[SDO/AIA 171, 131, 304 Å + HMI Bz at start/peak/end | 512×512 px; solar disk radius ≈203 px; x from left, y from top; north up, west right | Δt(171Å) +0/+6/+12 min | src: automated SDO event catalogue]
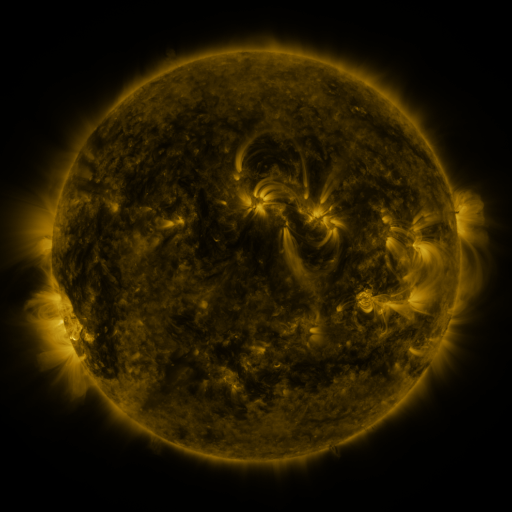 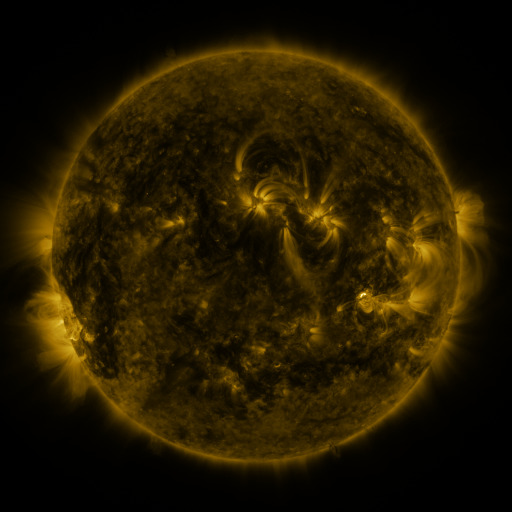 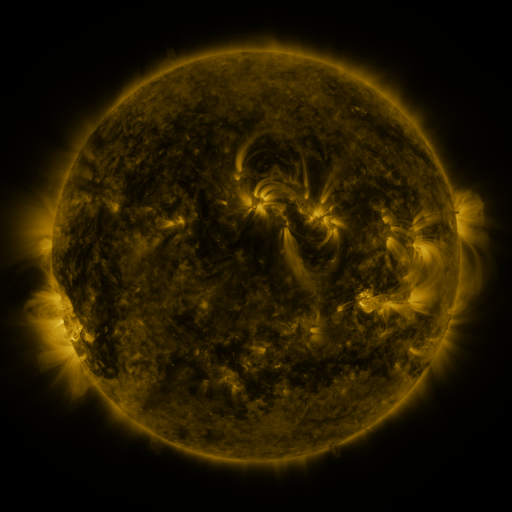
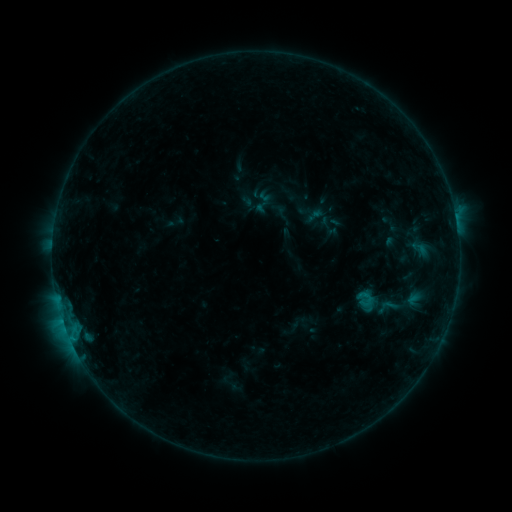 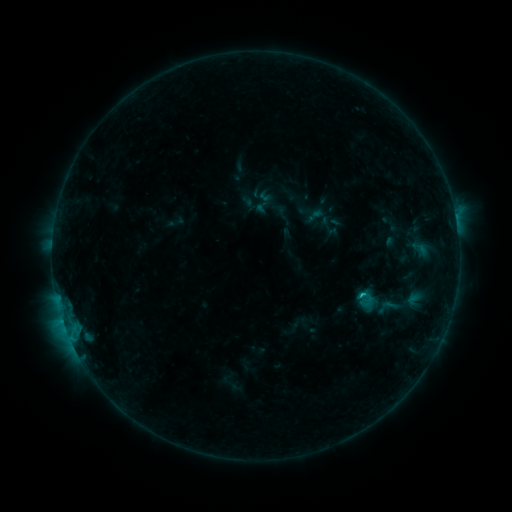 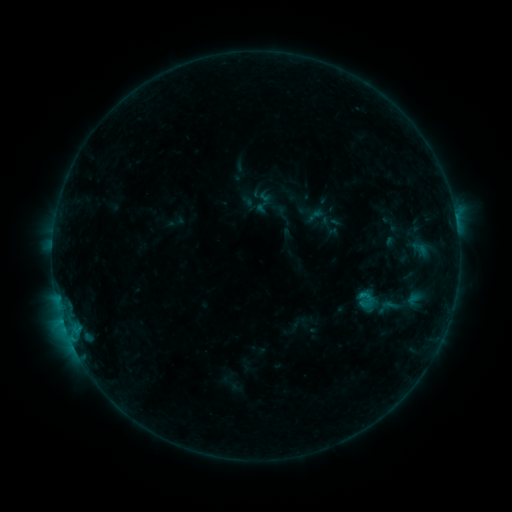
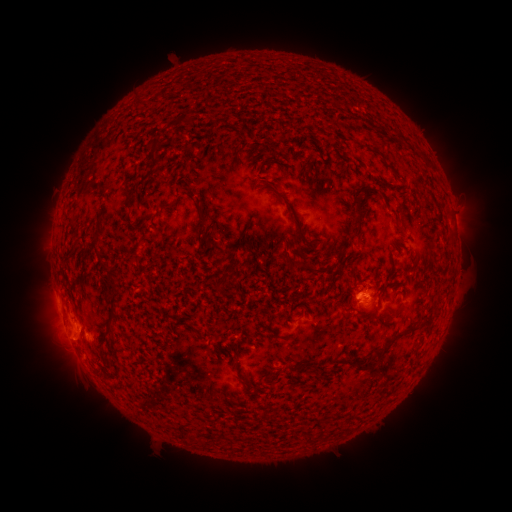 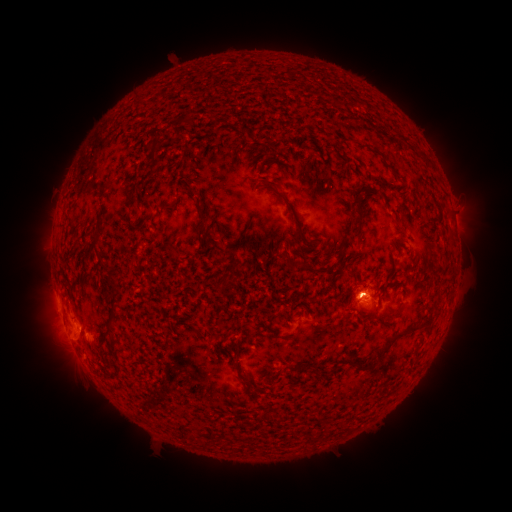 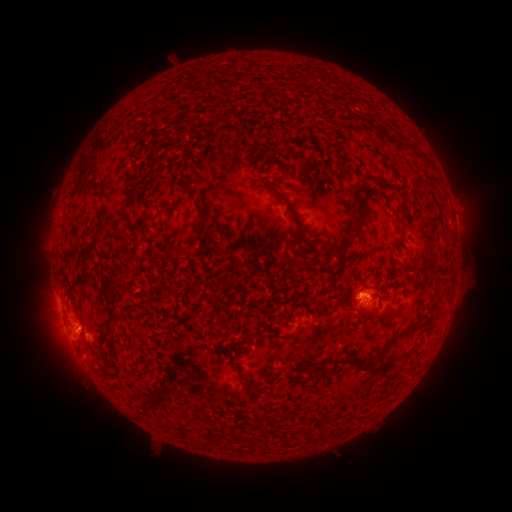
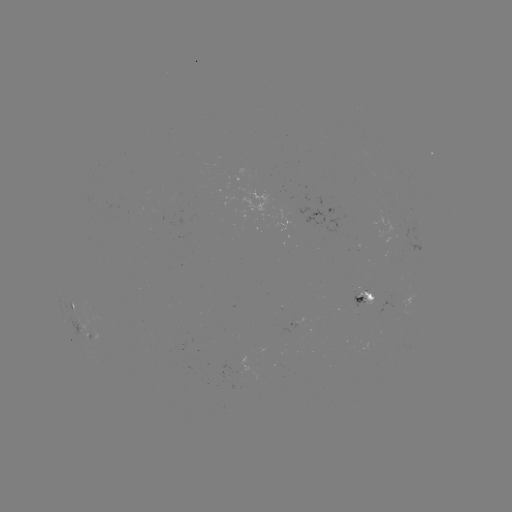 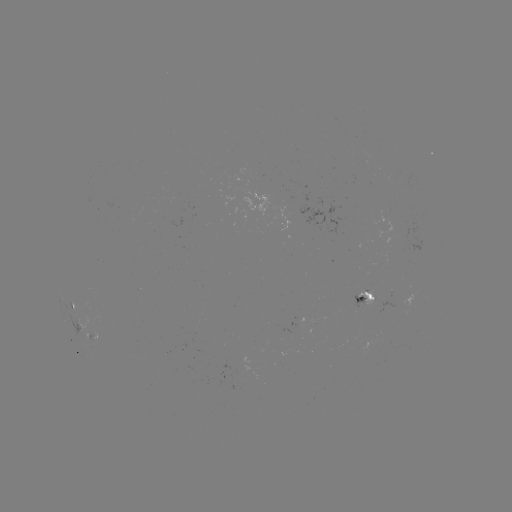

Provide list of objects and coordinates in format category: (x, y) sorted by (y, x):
B7.2 flare: (62, 318)
